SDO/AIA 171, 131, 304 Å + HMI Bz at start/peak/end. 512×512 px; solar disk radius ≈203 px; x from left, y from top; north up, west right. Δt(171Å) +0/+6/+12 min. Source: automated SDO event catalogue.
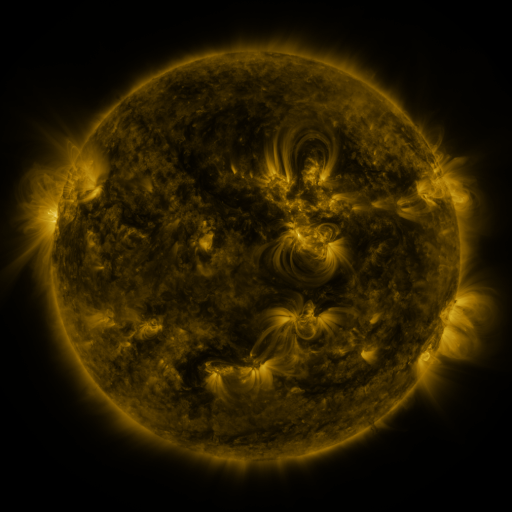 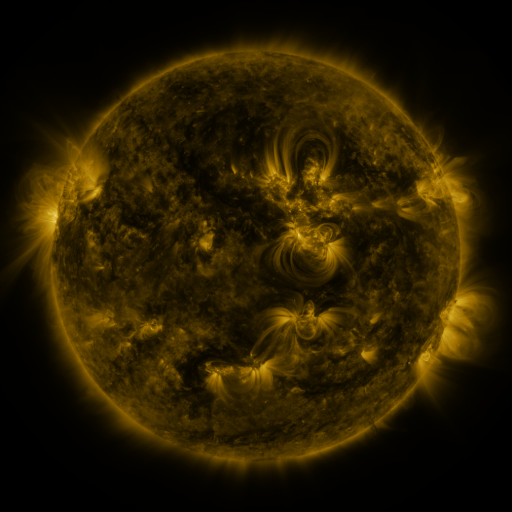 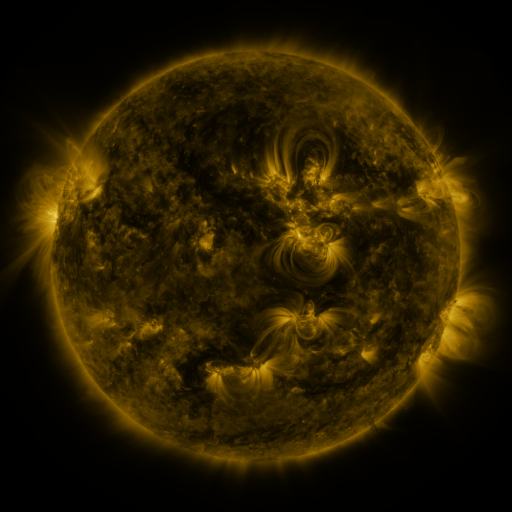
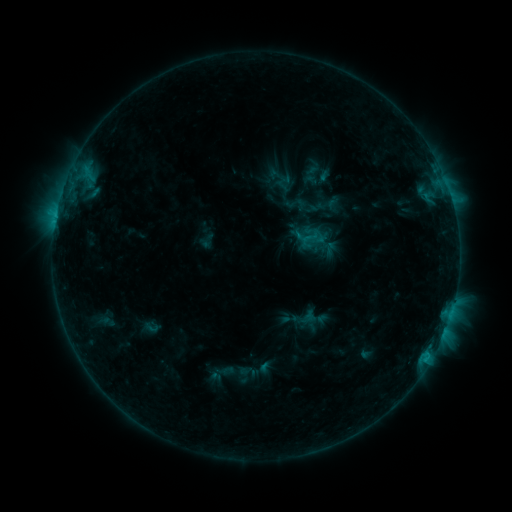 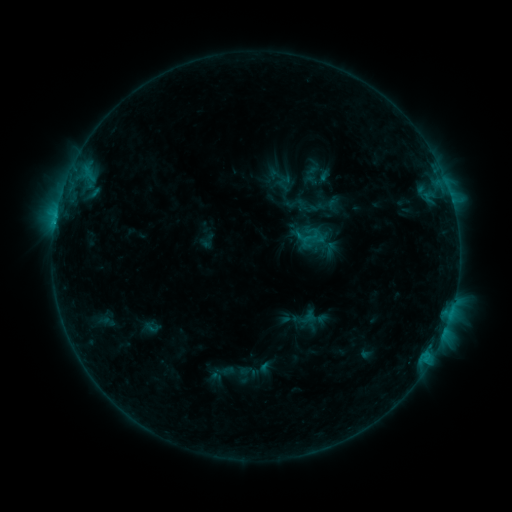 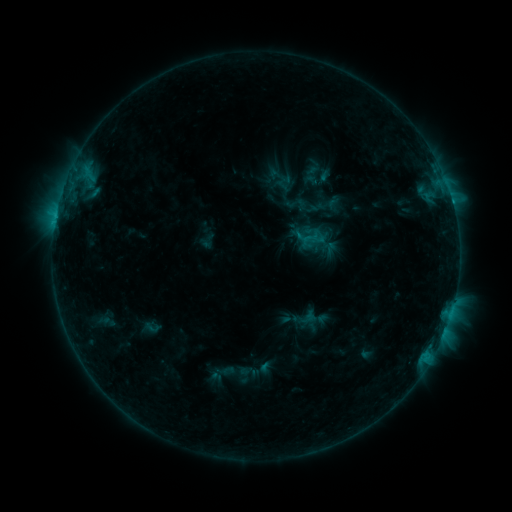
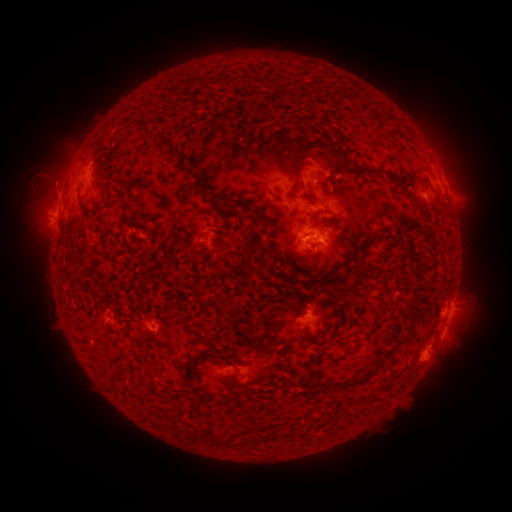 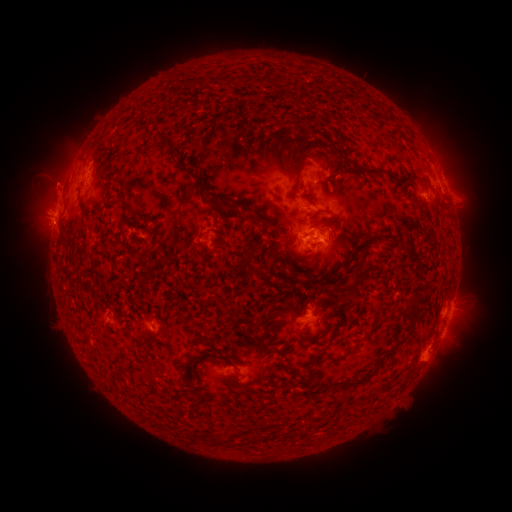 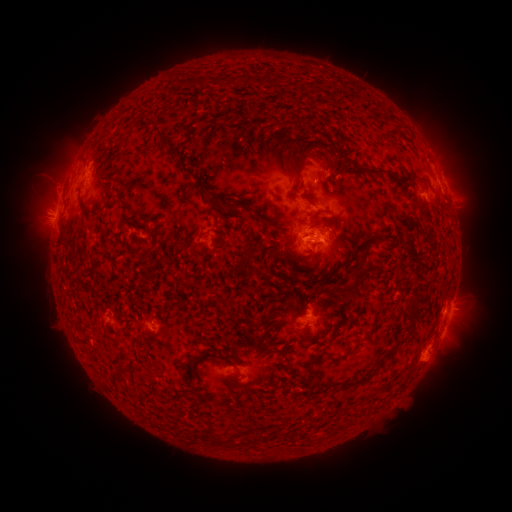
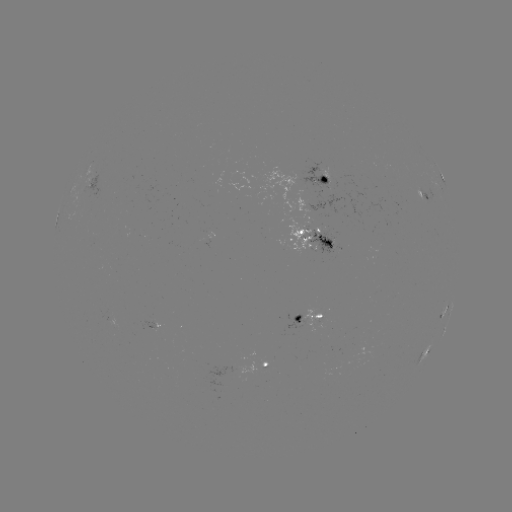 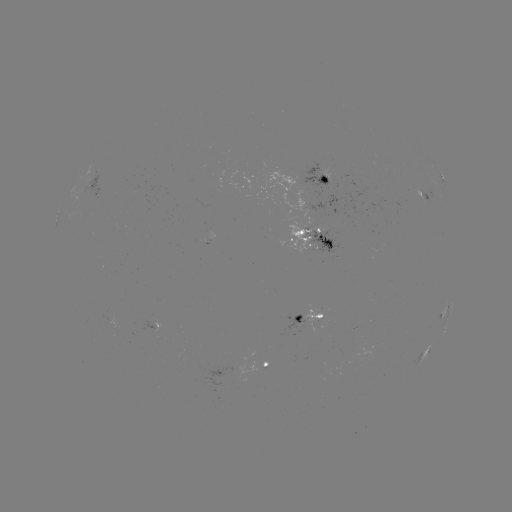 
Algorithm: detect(C1.8 flare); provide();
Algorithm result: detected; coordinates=[55, 224]